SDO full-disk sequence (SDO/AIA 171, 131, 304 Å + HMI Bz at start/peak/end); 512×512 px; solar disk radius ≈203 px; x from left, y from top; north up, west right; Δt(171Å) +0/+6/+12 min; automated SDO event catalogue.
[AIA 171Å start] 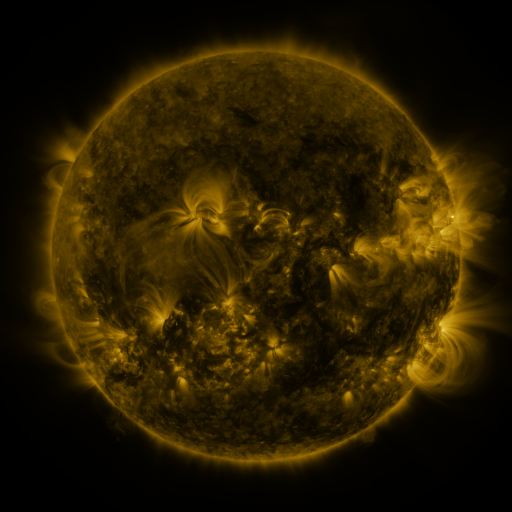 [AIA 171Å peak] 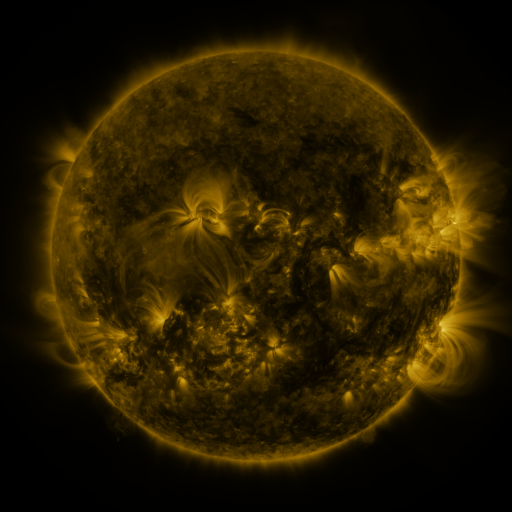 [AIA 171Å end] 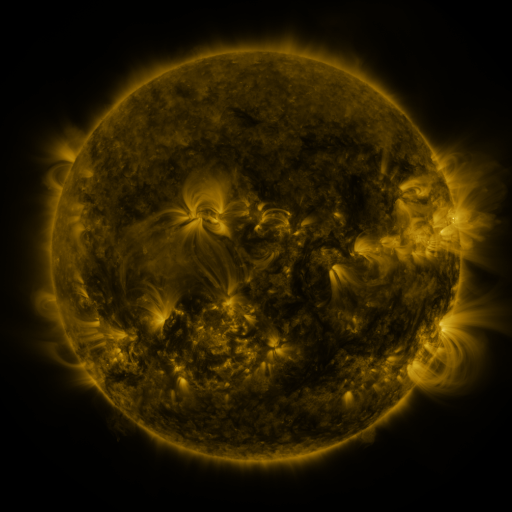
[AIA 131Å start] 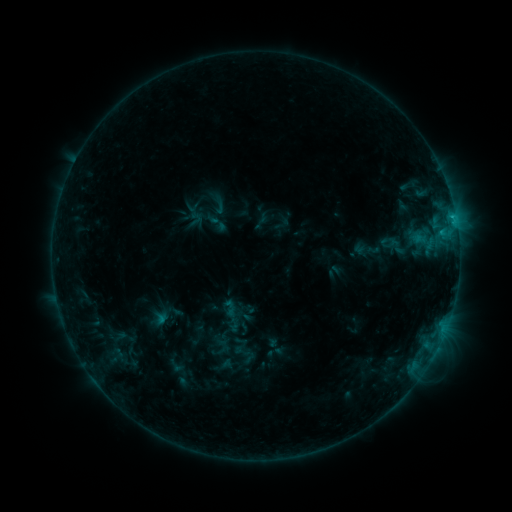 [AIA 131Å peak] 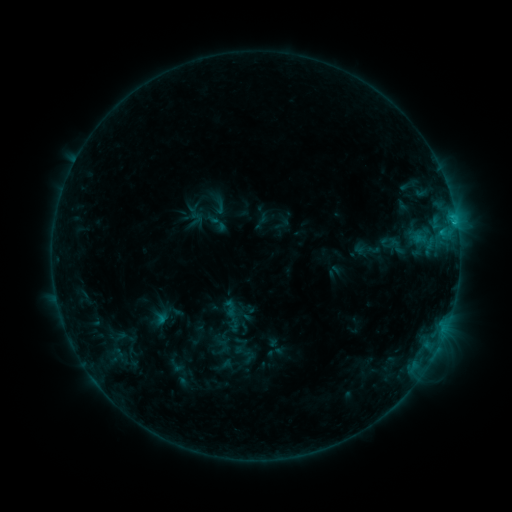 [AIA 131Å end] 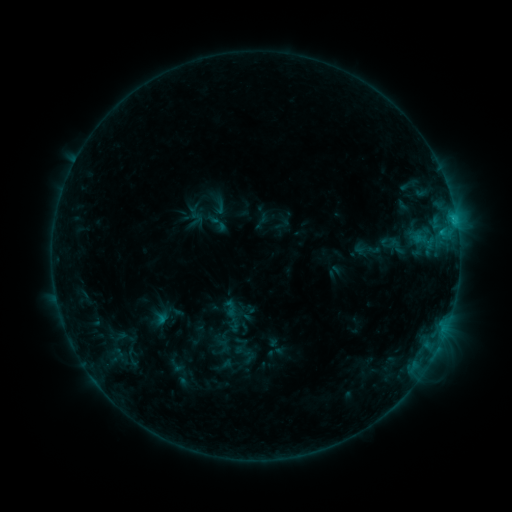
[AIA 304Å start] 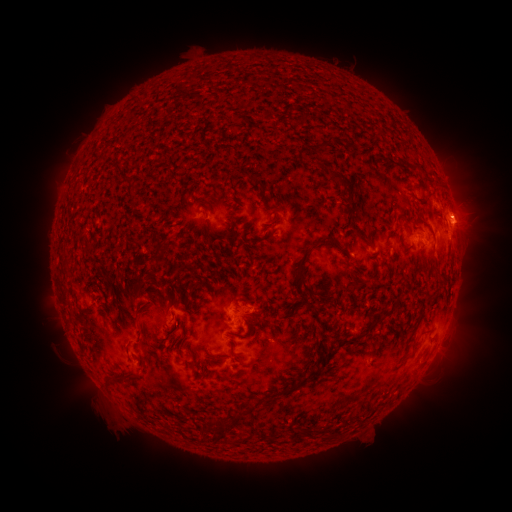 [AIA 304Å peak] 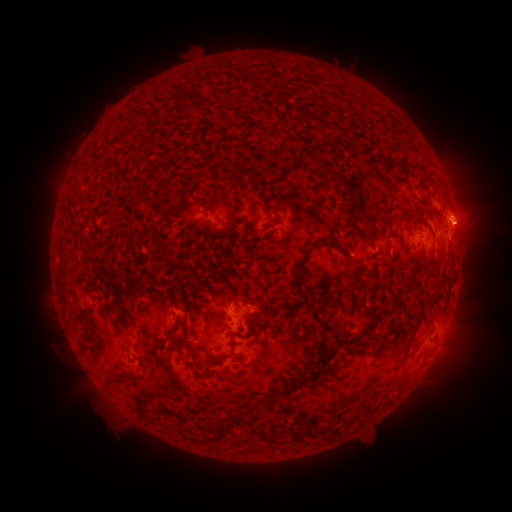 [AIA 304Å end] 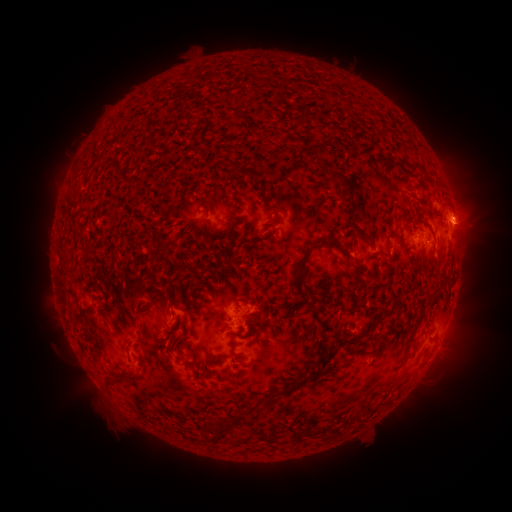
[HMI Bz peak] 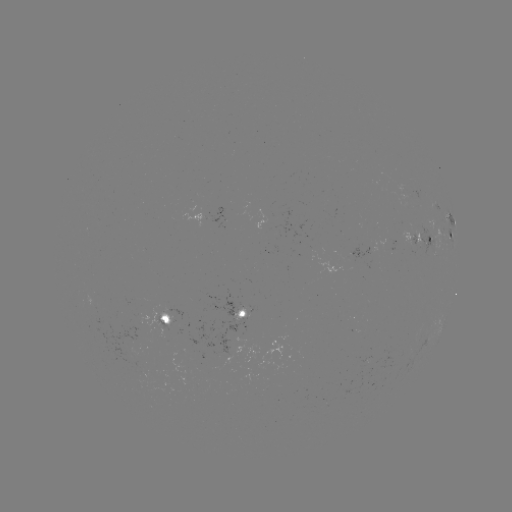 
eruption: (451, 201, 501, 249)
